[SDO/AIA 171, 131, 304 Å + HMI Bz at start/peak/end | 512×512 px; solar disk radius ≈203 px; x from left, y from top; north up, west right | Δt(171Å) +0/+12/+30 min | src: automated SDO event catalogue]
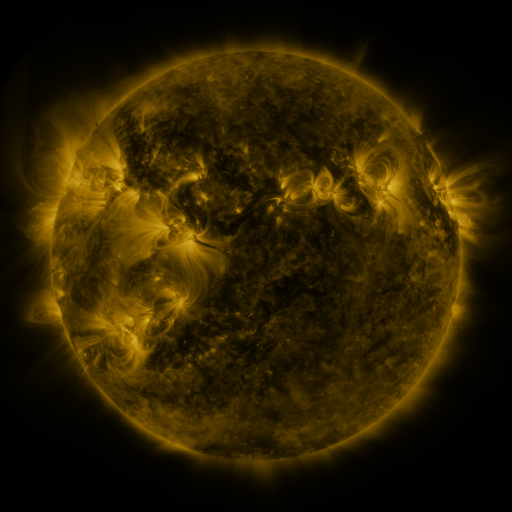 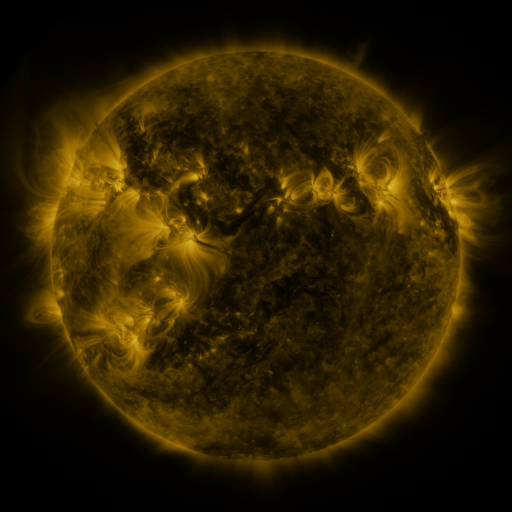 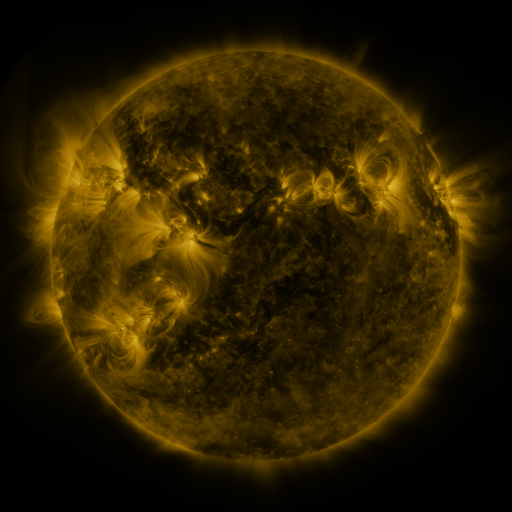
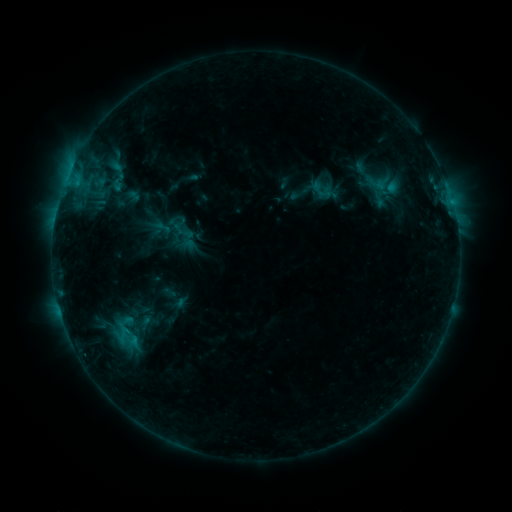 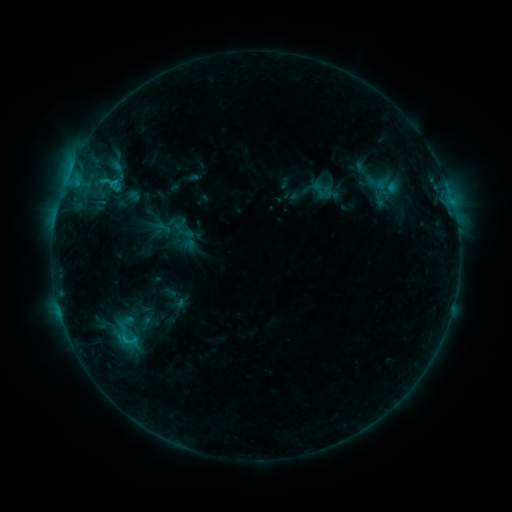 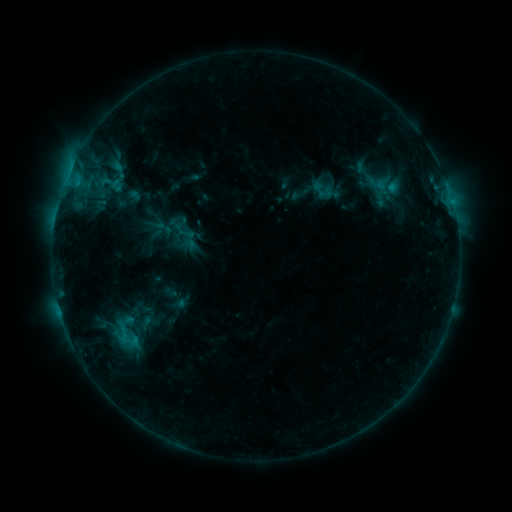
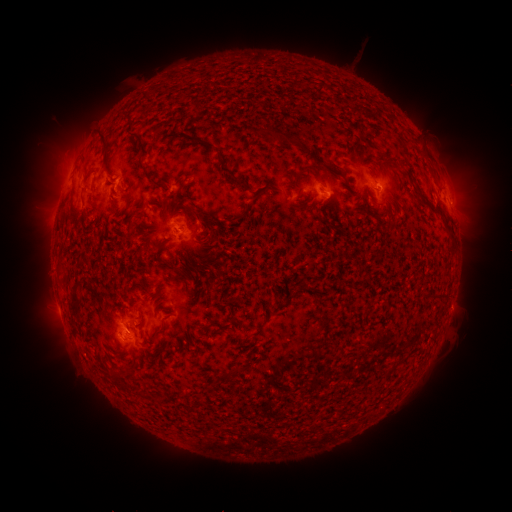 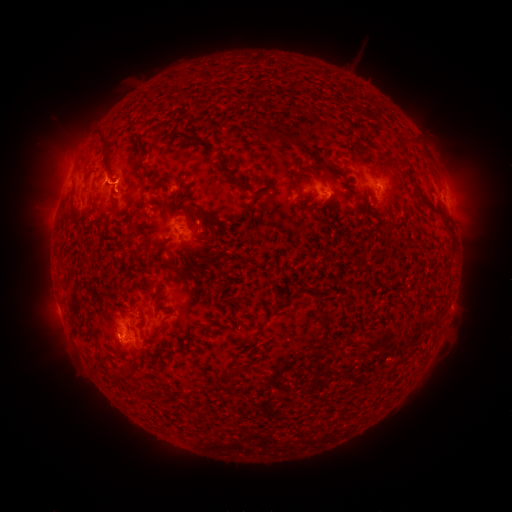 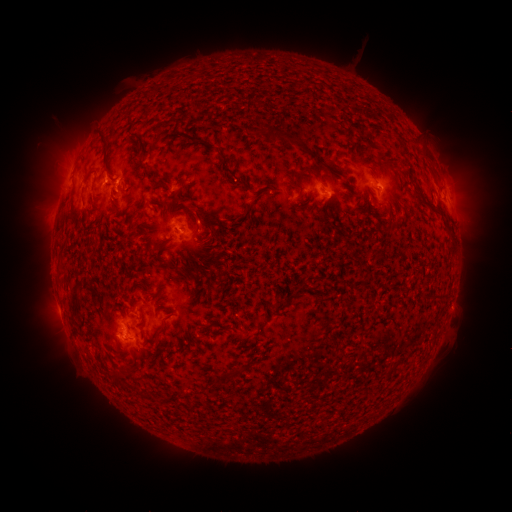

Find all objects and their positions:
C1.2 flare: (112, 184)
